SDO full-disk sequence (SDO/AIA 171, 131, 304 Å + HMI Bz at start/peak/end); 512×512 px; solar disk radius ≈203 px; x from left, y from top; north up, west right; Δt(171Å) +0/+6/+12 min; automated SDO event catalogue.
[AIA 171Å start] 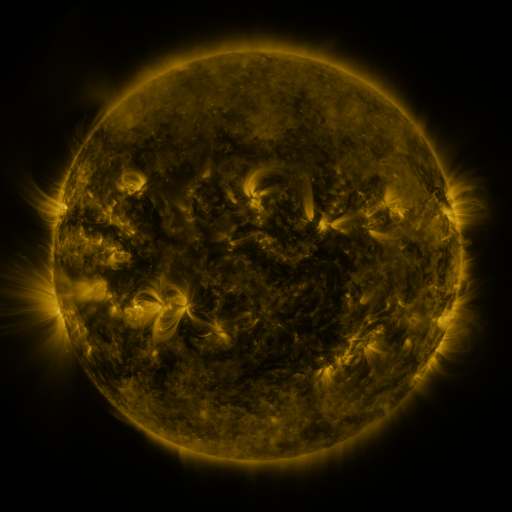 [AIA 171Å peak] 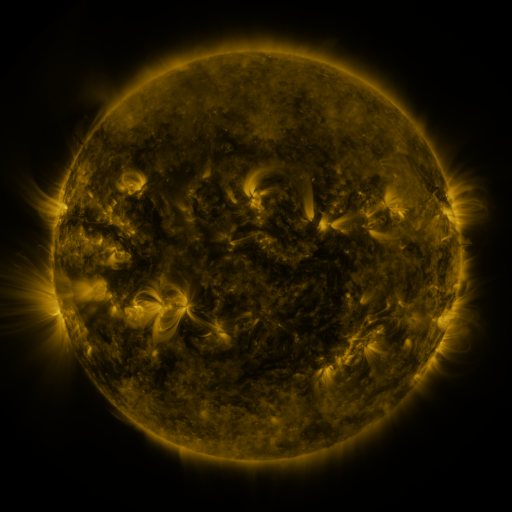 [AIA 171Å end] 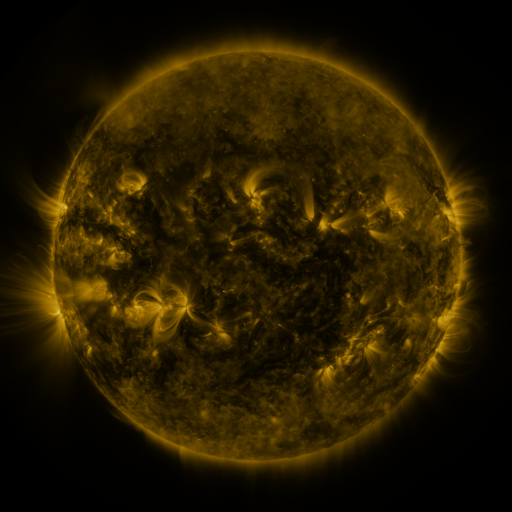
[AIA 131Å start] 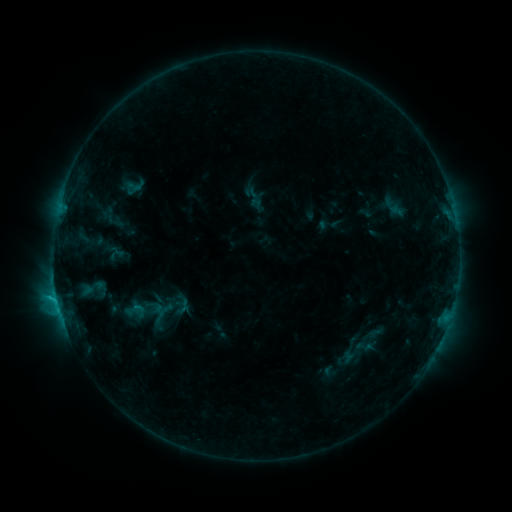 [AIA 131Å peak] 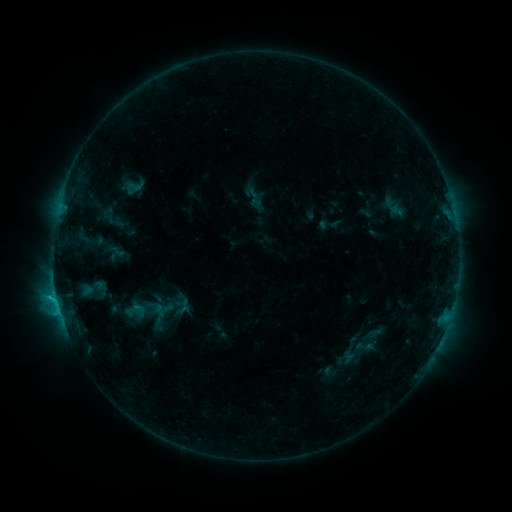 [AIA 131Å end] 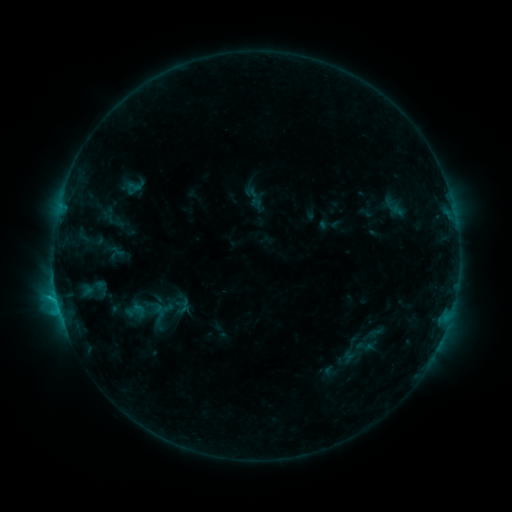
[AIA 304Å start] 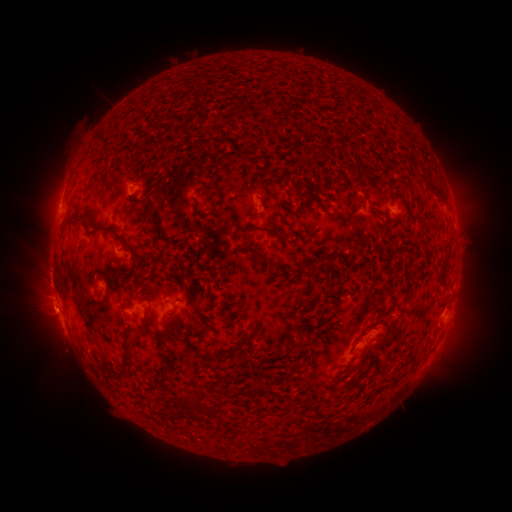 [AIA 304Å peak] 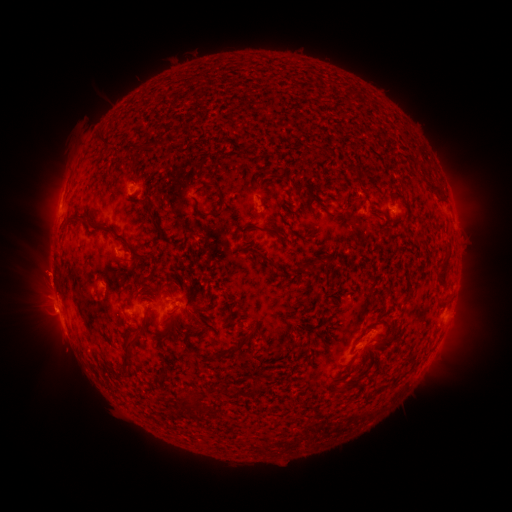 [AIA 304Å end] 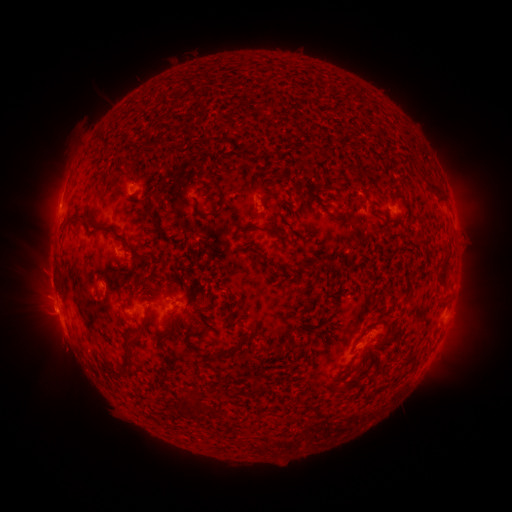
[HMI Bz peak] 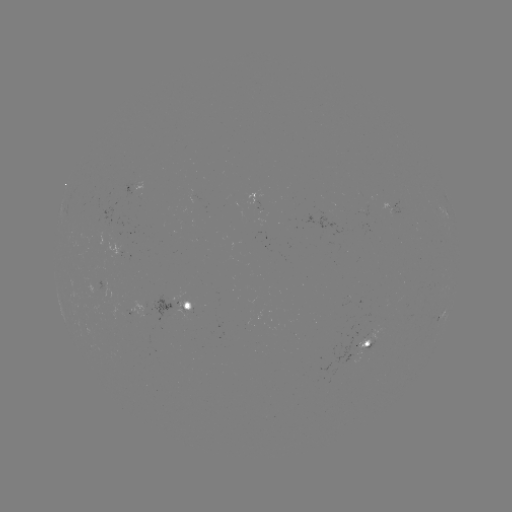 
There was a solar eruption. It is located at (47, 274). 